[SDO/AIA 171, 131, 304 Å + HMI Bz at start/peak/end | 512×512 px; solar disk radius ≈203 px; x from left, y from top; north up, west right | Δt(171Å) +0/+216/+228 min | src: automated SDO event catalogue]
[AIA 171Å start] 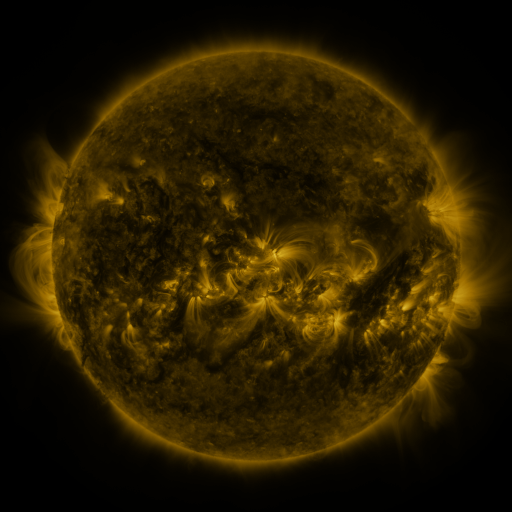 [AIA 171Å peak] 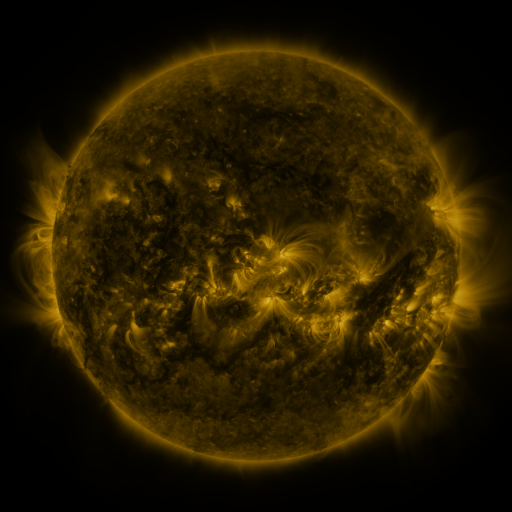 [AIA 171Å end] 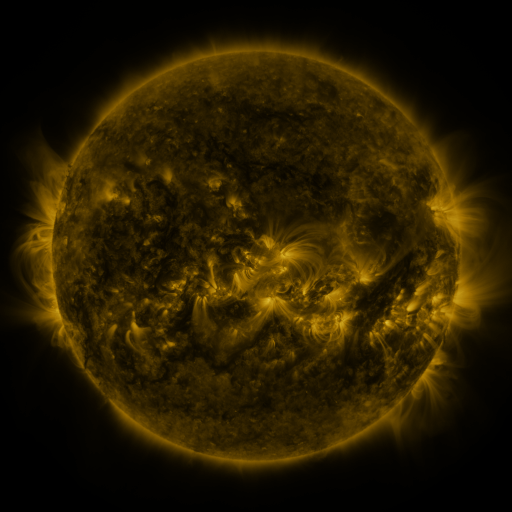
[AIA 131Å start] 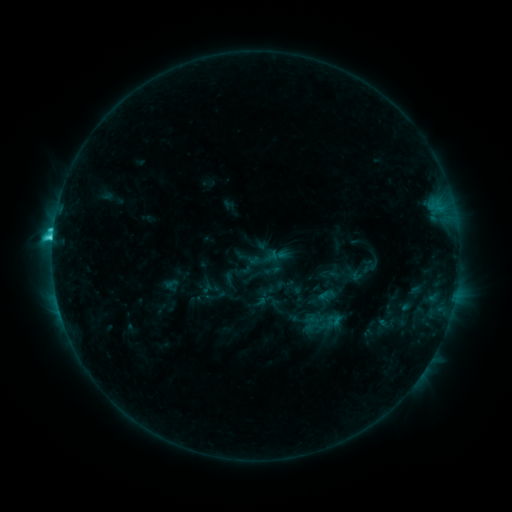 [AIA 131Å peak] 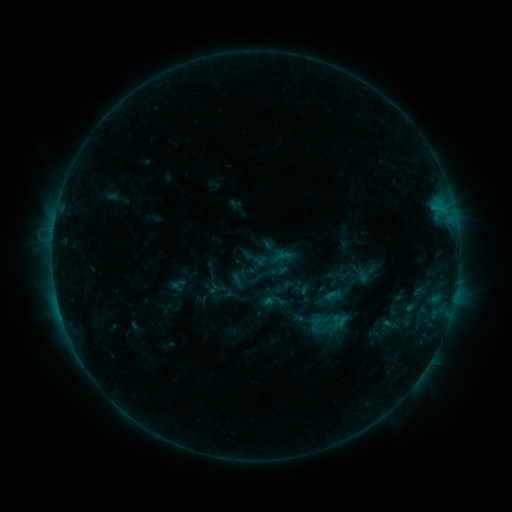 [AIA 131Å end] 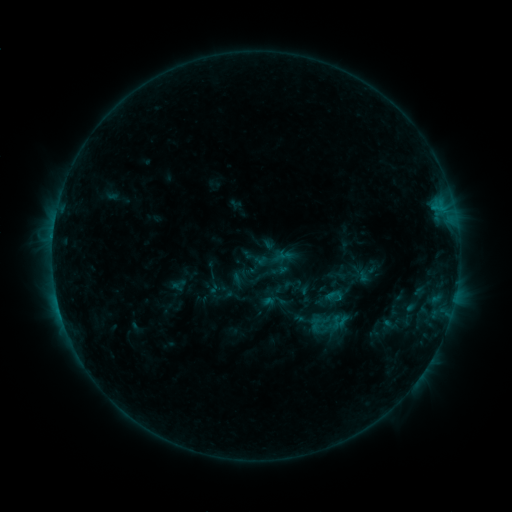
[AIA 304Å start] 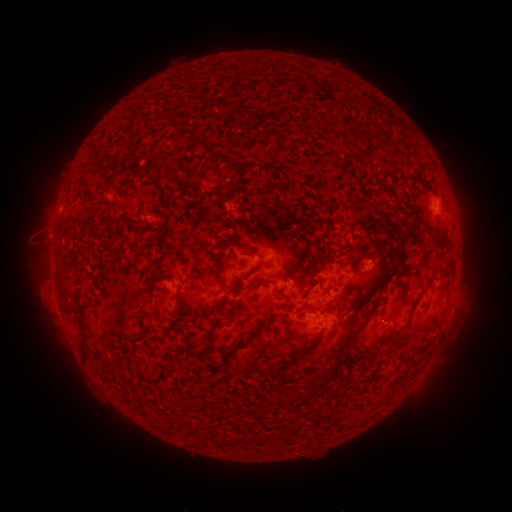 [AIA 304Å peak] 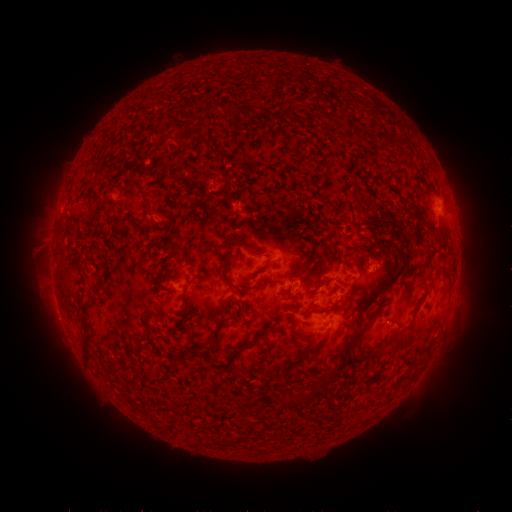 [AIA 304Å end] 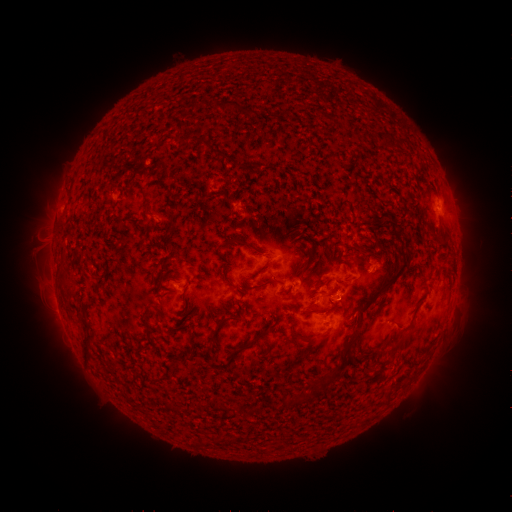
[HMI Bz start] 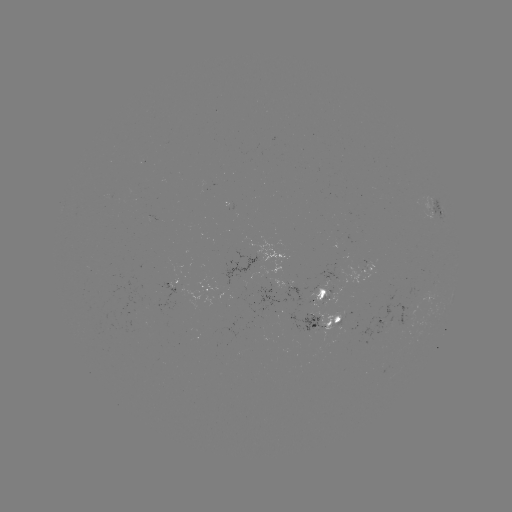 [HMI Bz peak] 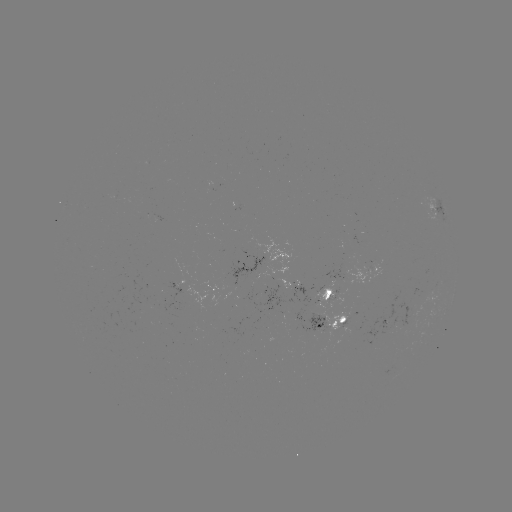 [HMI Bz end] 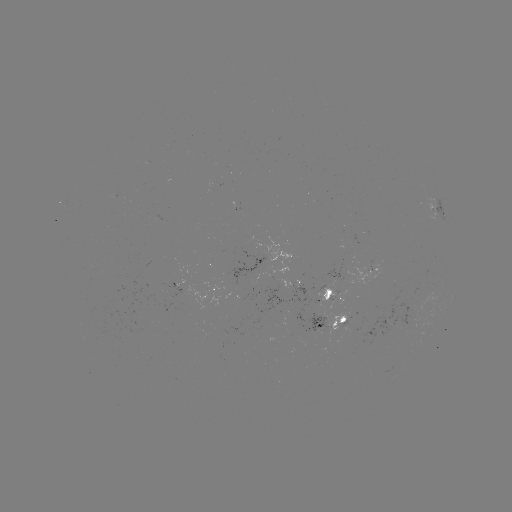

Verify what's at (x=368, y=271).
emerging-flux region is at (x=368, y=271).